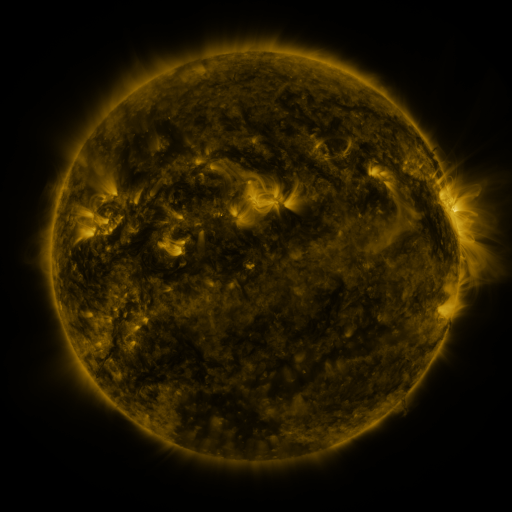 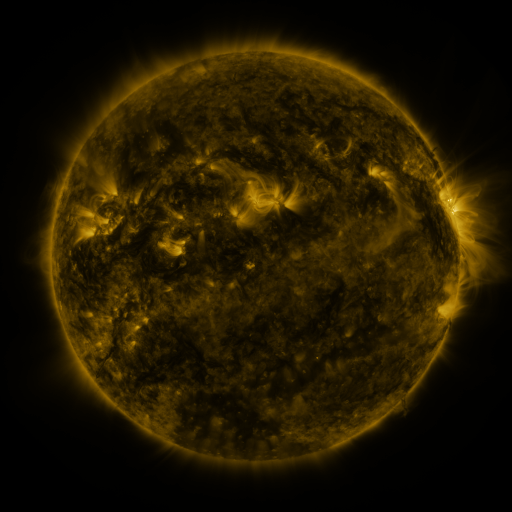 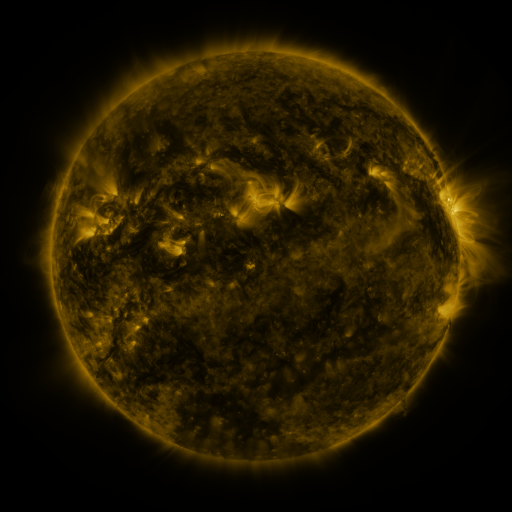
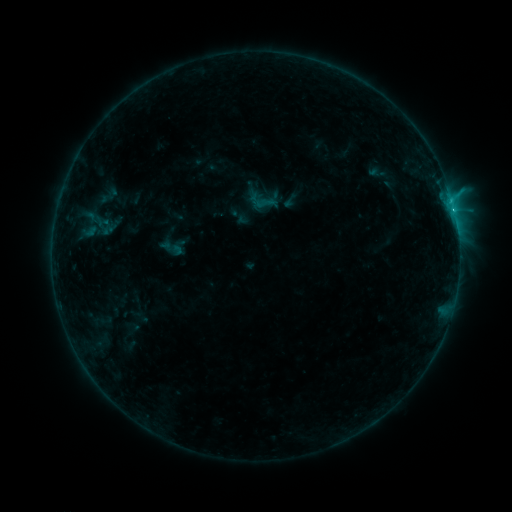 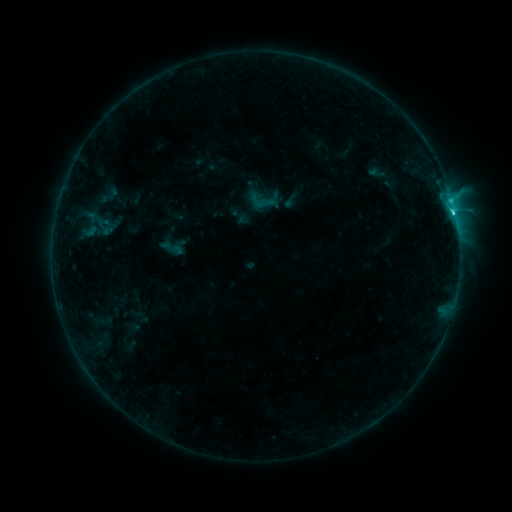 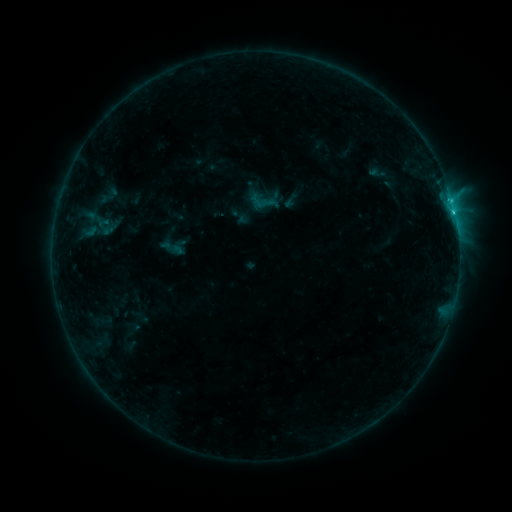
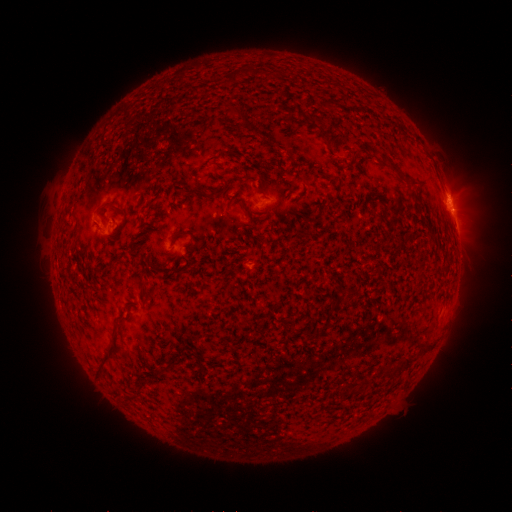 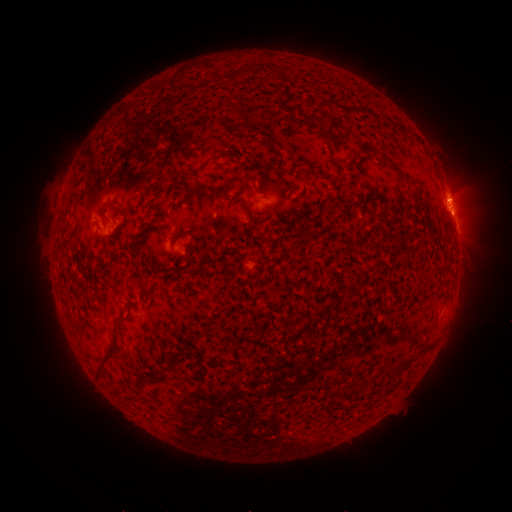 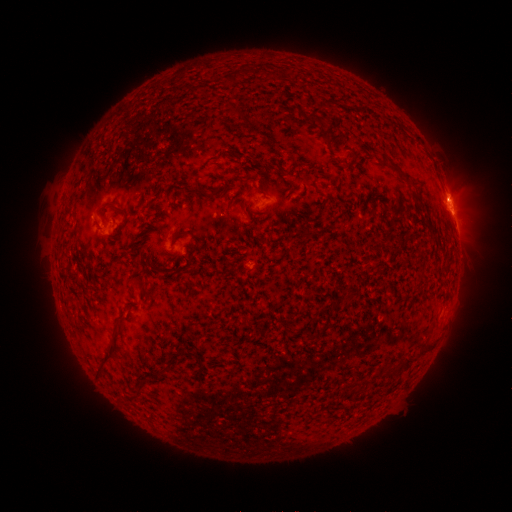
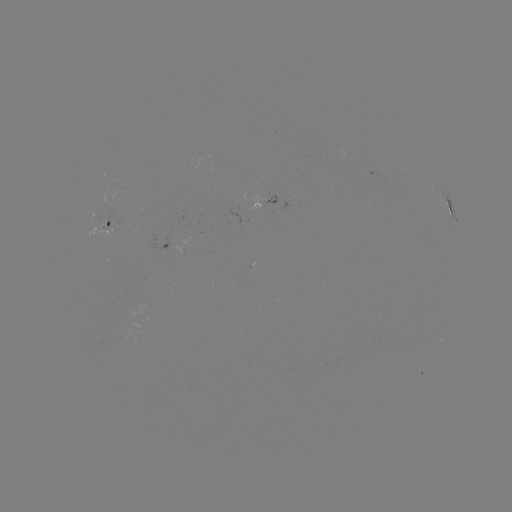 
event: flare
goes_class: C2.0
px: (452, 213)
